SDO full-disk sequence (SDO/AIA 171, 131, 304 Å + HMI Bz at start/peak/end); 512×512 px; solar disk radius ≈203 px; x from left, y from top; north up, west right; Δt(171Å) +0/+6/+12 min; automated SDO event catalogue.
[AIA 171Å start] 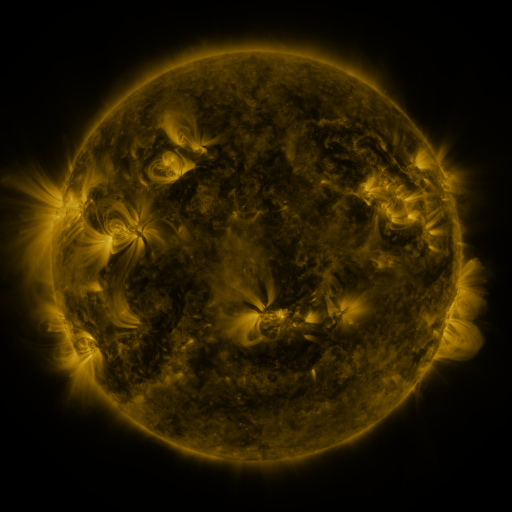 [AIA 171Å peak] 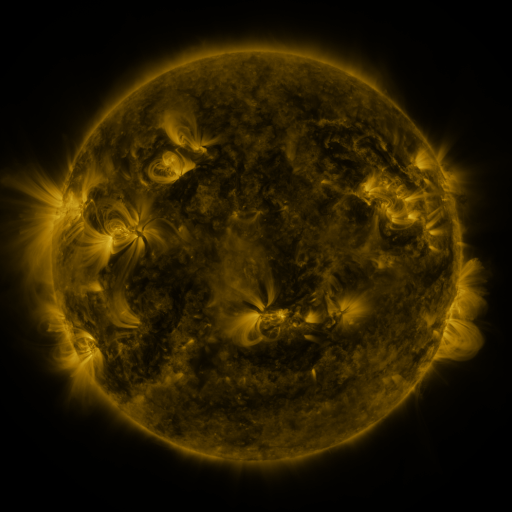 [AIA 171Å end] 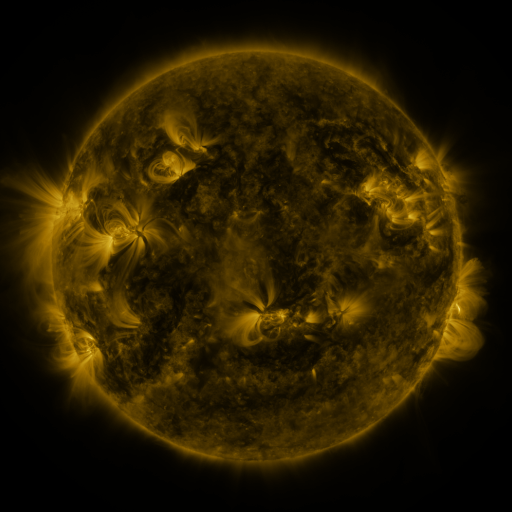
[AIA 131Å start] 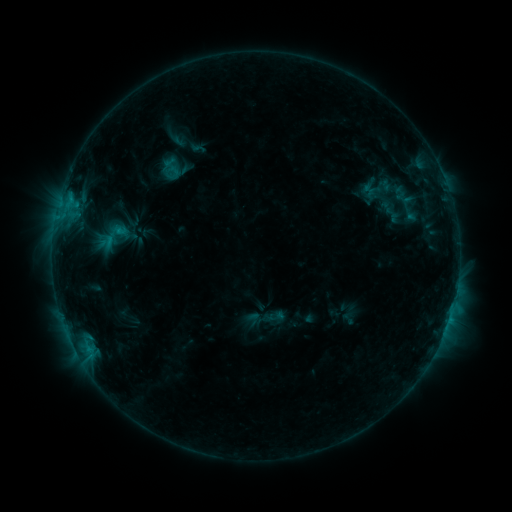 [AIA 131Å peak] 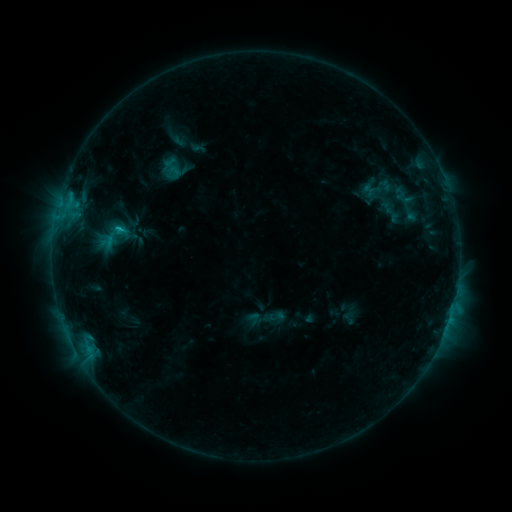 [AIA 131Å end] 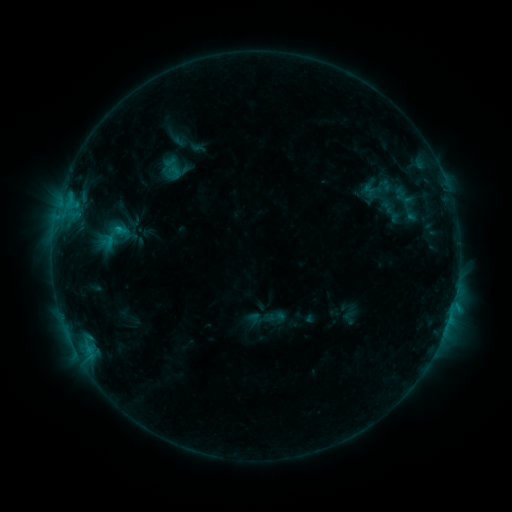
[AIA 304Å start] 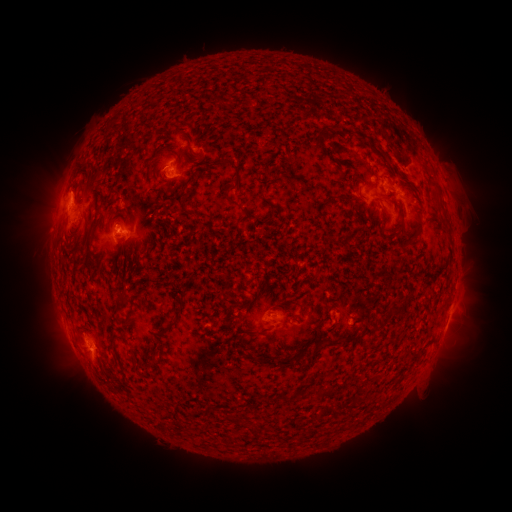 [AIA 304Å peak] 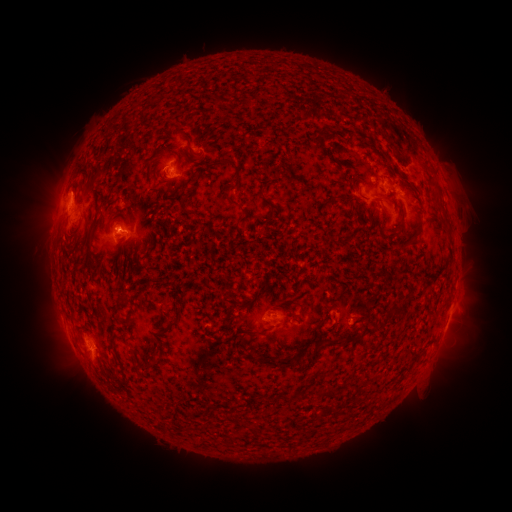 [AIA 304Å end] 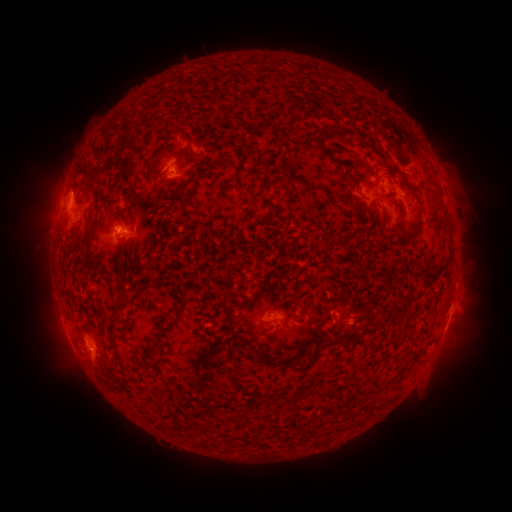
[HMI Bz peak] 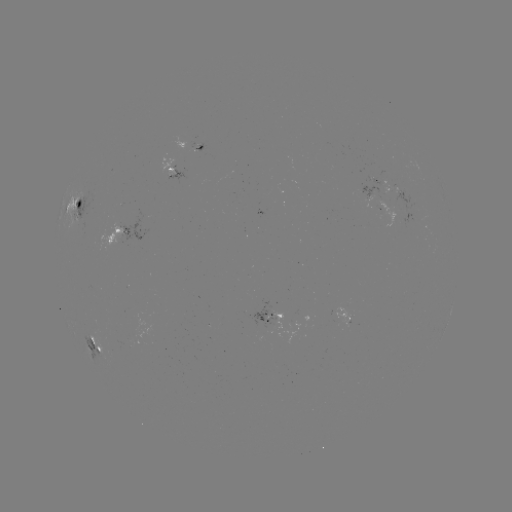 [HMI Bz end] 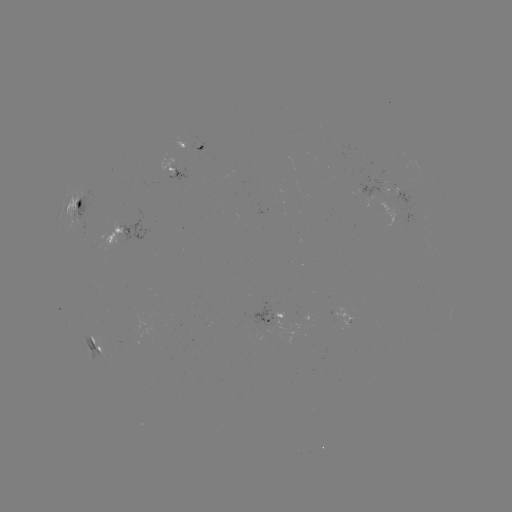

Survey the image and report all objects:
C1.2 flare: (120, 230)
